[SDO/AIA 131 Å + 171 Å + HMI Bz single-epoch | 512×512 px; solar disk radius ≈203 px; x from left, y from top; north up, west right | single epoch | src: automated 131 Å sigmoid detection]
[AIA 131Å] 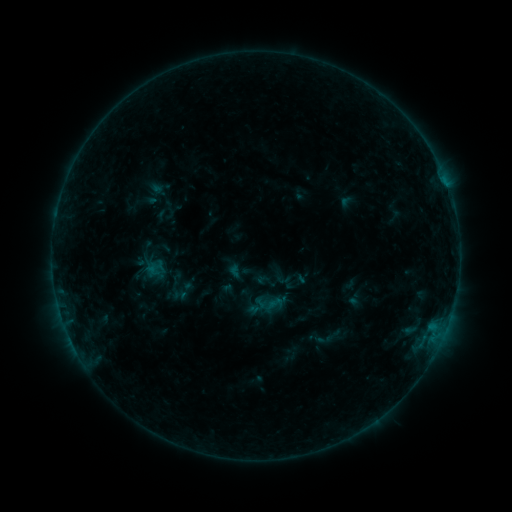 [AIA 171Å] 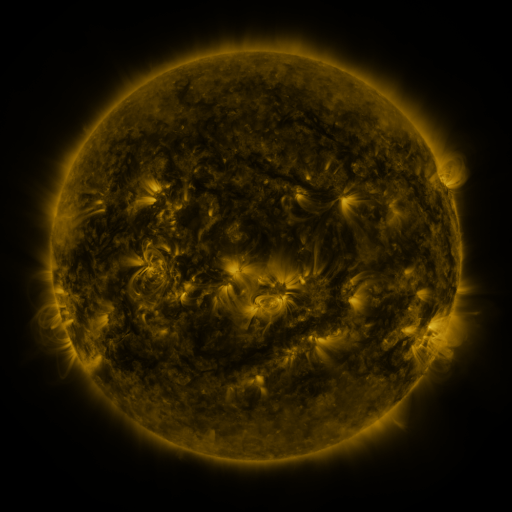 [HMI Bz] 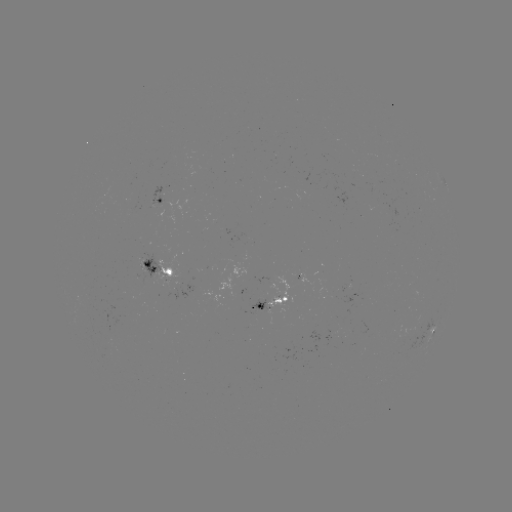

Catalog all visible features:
sigmoid: [144, 258, 167, 278]
sigmoid: [169, 266, 196, 290]
